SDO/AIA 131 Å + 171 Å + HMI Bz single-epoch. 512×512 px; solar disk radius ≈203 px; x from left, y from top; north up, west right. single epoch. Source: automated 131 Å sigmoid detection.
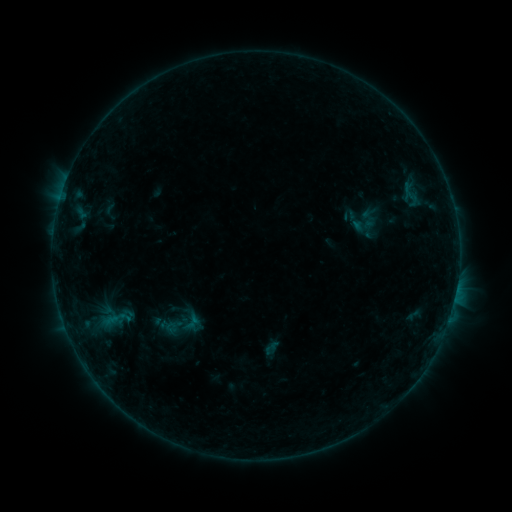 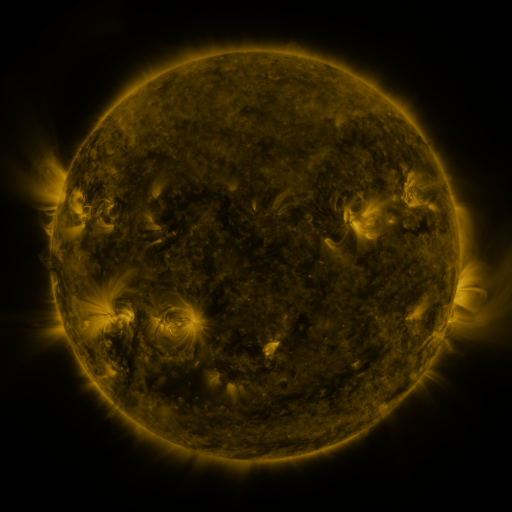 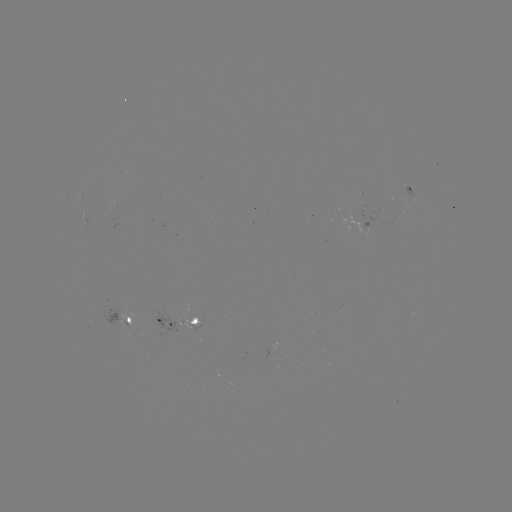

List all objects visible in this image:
sigmoid: (110, 211)
sigmoid: (180, 310)
